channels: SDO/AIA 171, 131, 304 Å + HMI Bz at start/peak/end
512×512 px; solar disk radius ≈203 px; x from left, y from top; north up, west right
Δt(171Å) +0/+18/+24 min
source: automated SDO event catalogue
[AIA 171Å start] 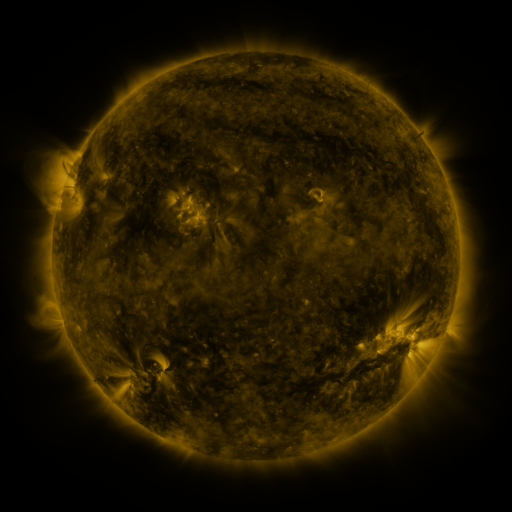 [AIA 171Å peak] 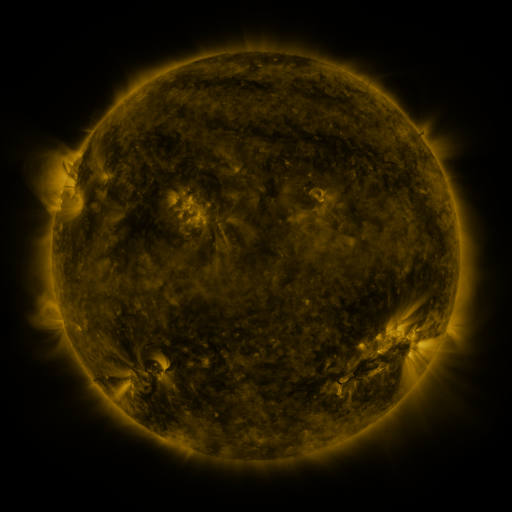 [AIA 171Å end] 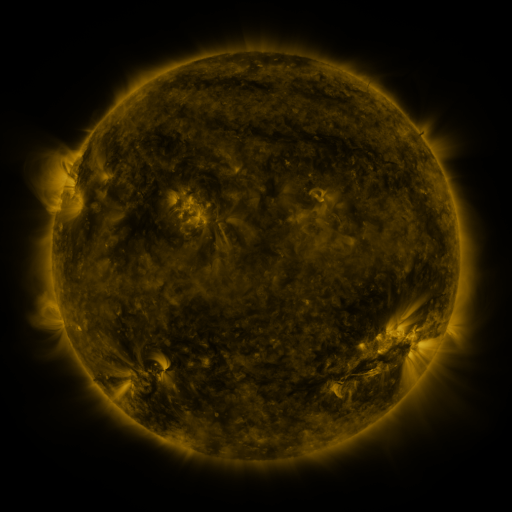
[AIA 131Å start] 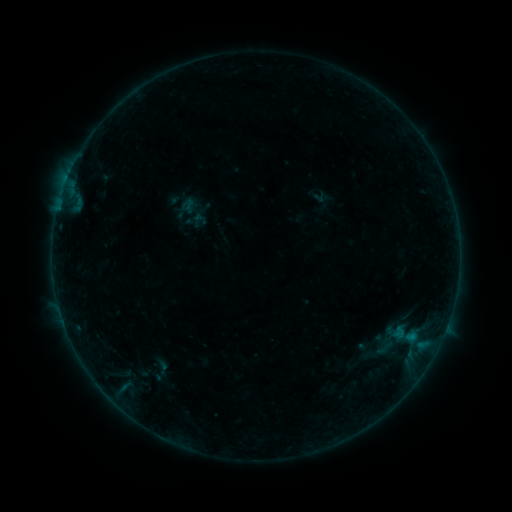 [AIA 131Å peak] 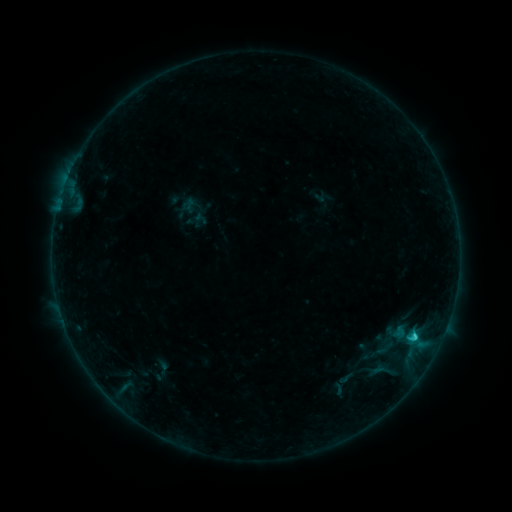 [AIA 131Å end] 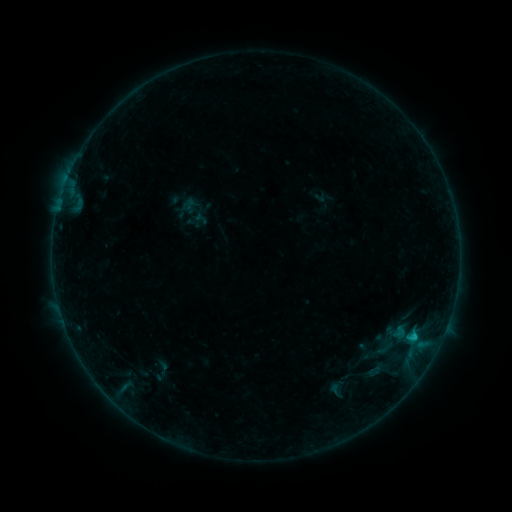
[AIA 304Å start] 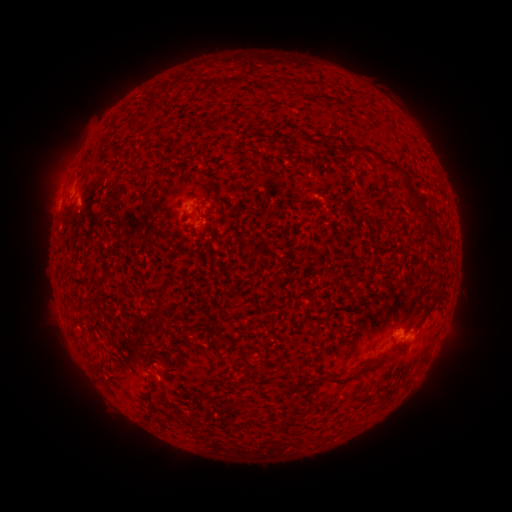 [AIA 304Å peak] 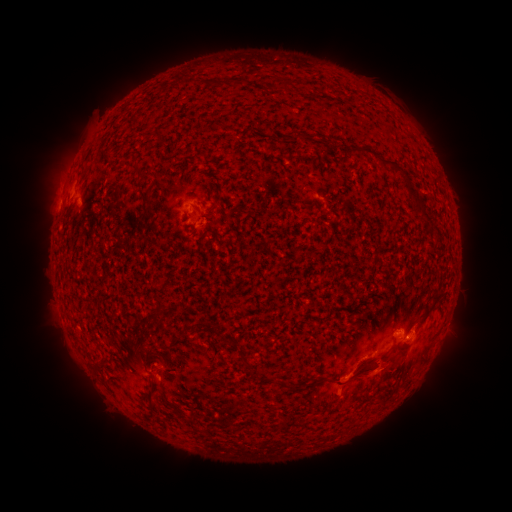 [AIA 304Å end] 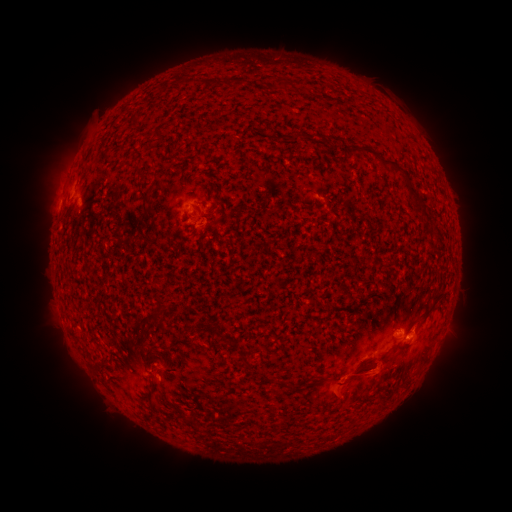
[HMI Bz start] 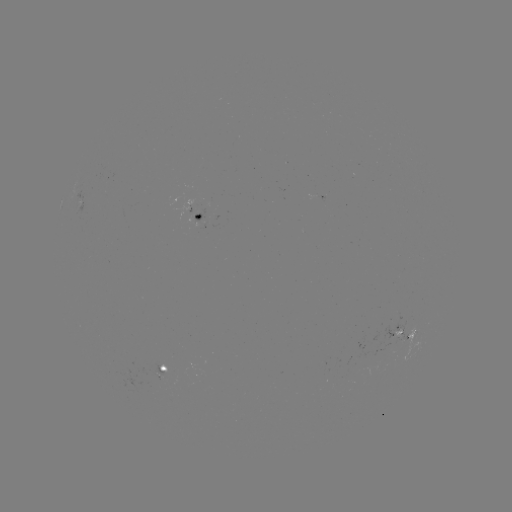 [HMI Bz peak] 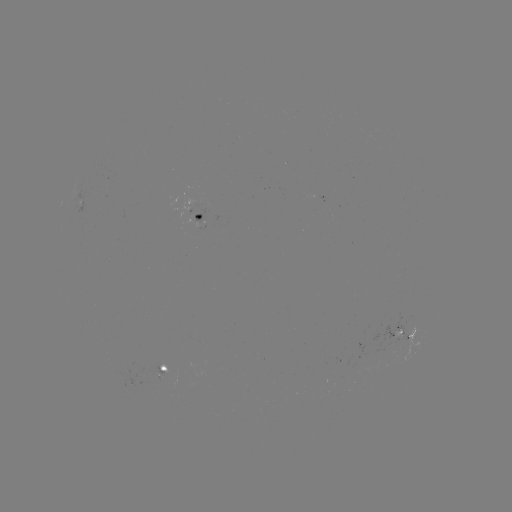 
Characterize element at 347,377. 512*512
C1.2 flare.